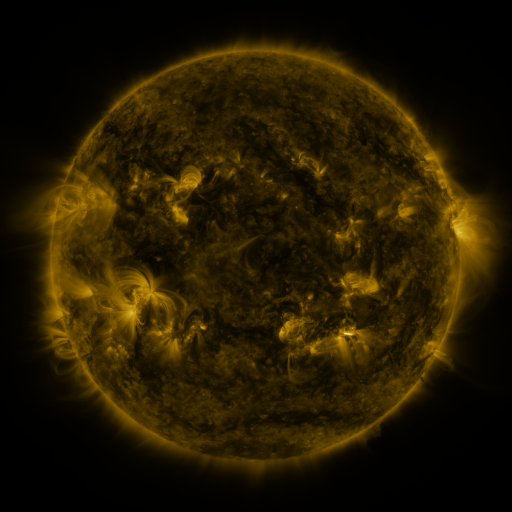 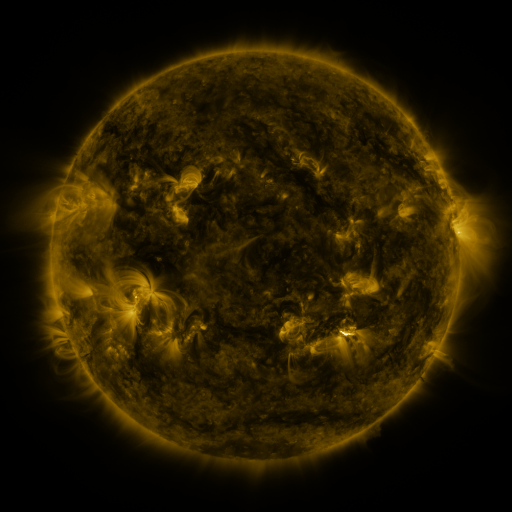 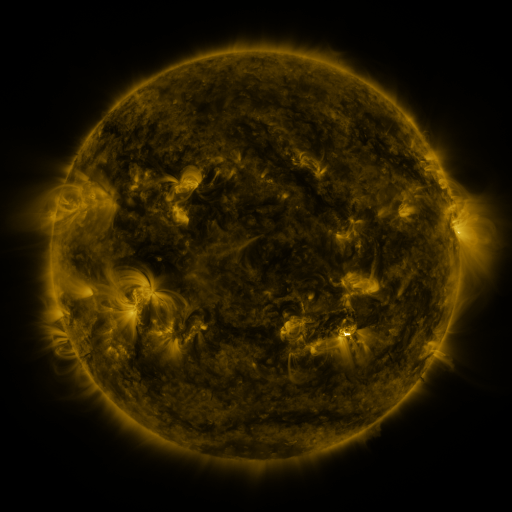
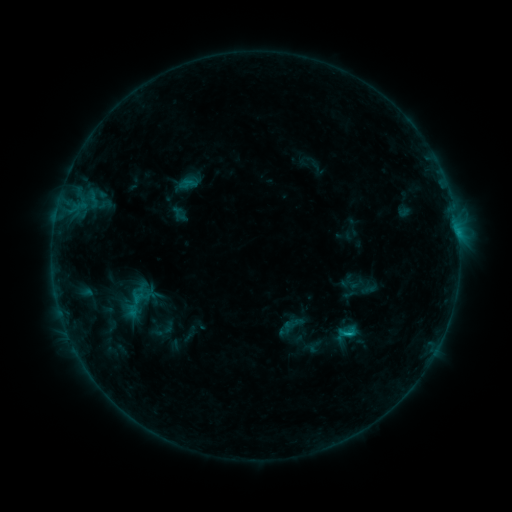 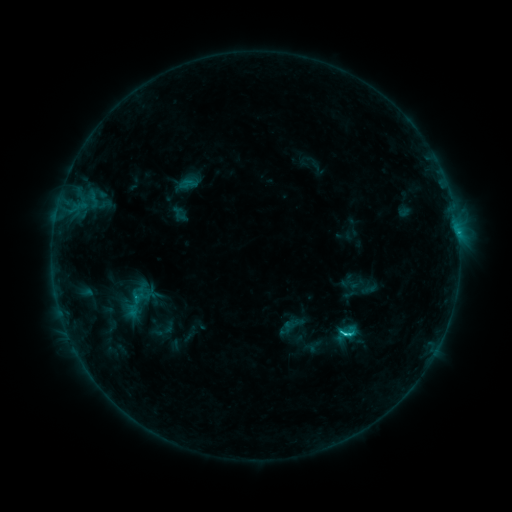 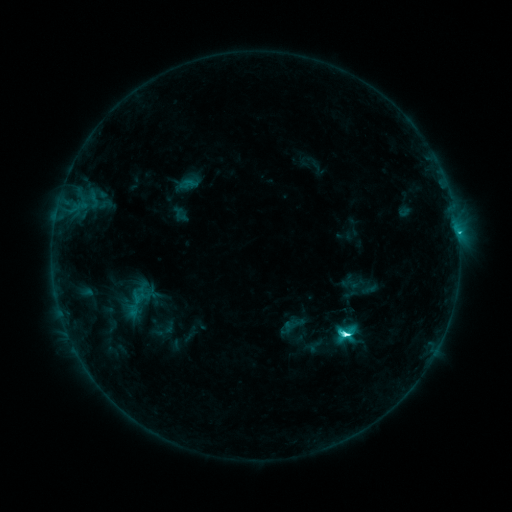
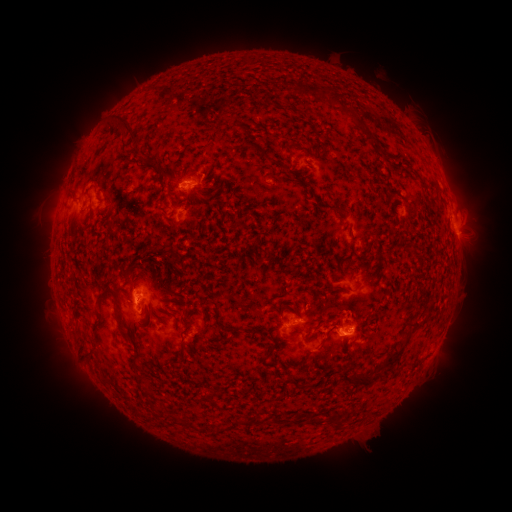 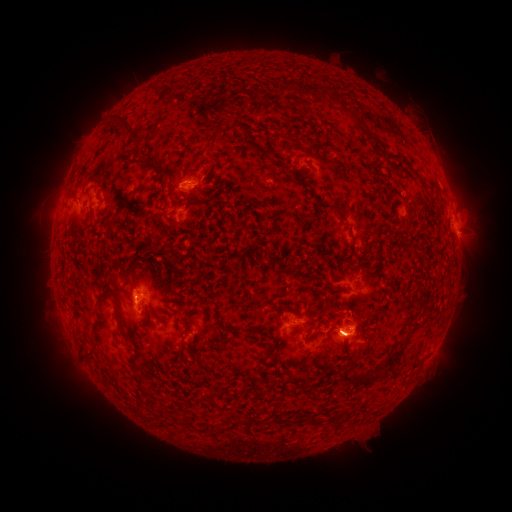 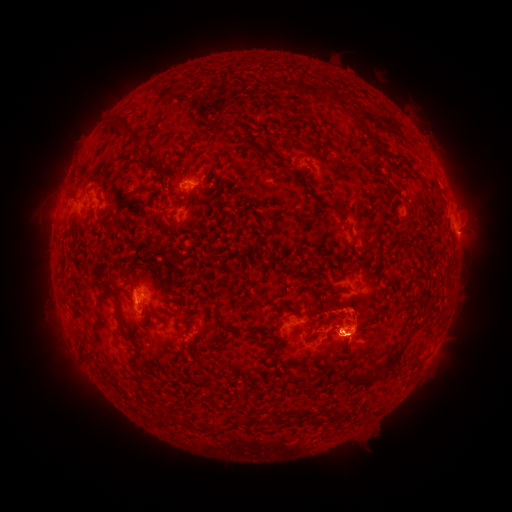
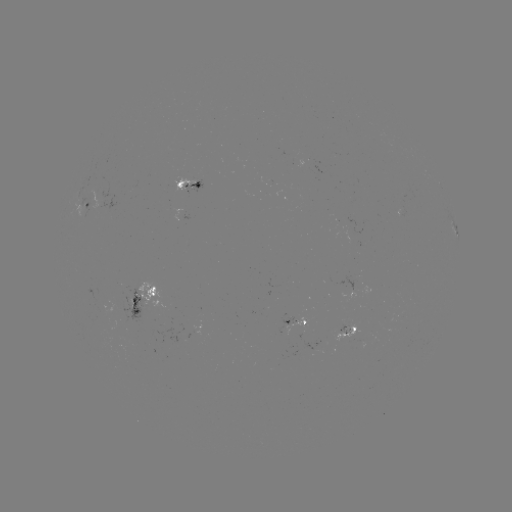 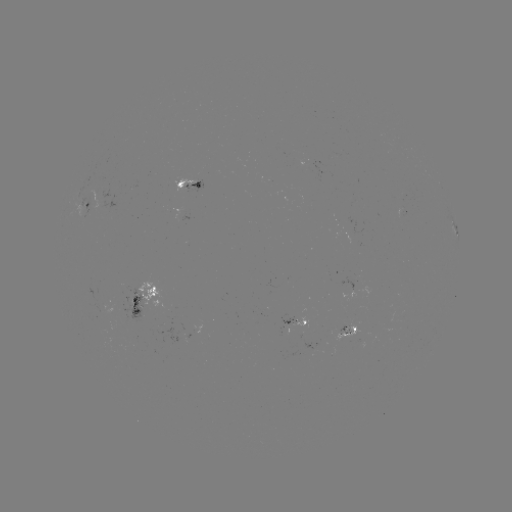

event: flare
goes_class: C8.9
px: (344, 333)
